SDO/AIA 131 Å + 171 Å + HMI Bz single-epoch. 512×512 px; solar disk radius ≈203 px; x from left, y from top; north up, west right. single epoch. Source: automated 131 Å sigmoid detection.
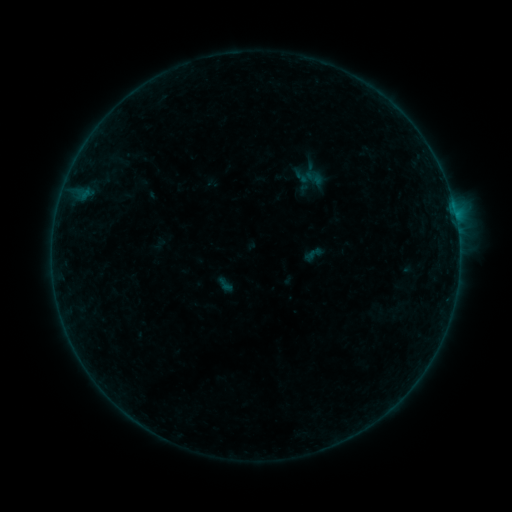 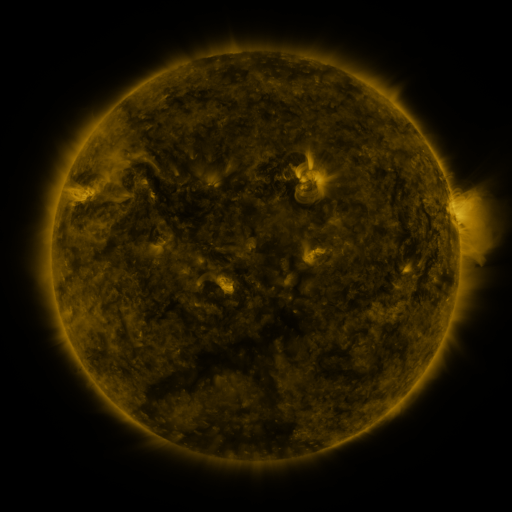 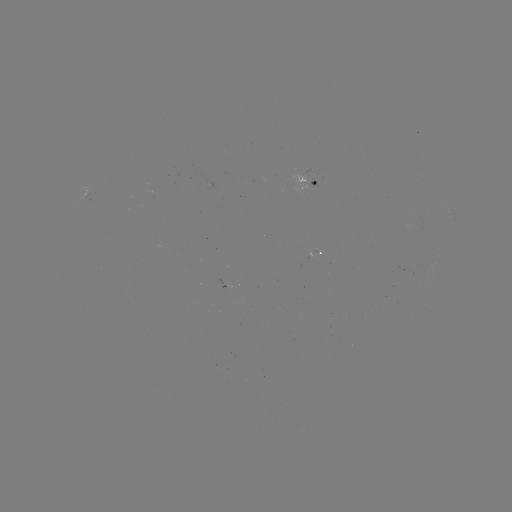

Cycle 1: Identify sigmoid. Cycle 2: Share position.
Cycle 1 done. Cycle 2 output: [314, 178].